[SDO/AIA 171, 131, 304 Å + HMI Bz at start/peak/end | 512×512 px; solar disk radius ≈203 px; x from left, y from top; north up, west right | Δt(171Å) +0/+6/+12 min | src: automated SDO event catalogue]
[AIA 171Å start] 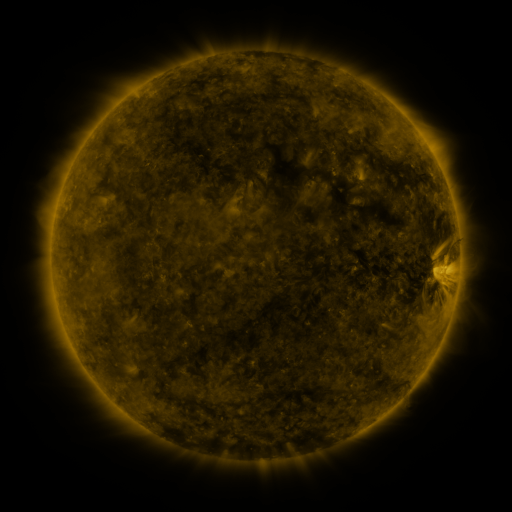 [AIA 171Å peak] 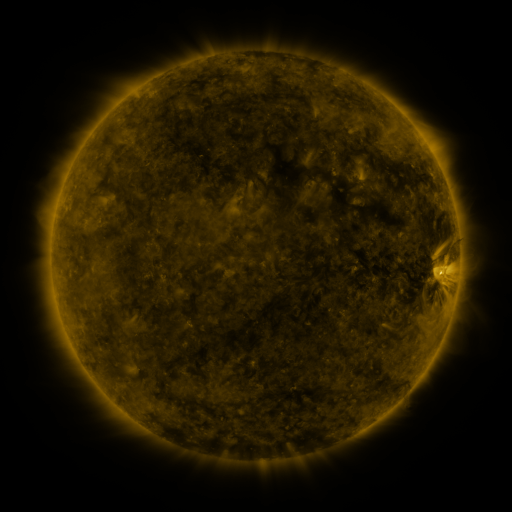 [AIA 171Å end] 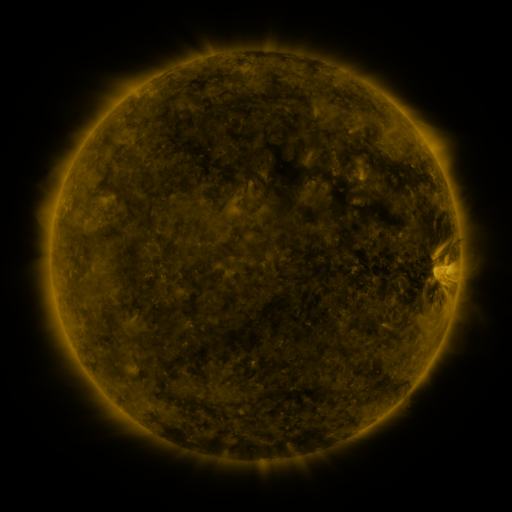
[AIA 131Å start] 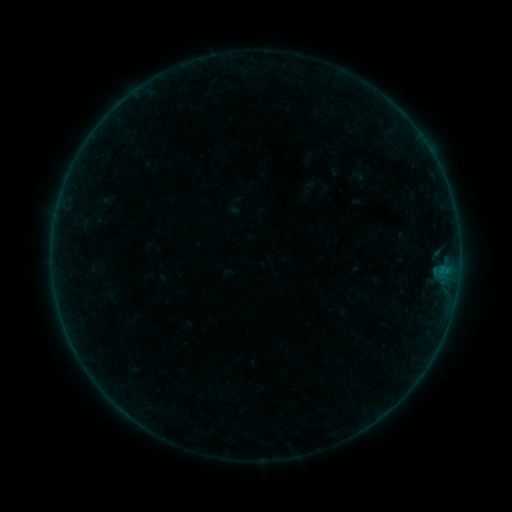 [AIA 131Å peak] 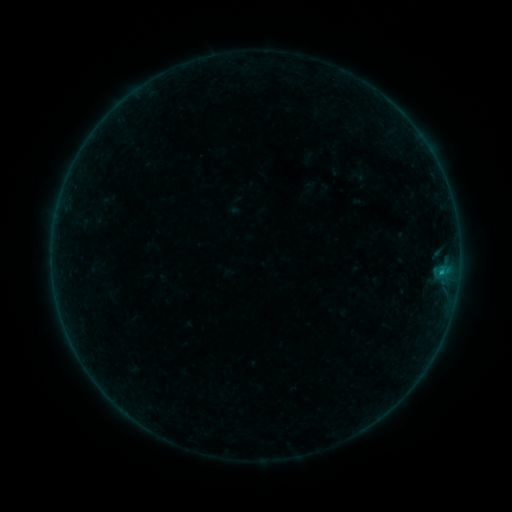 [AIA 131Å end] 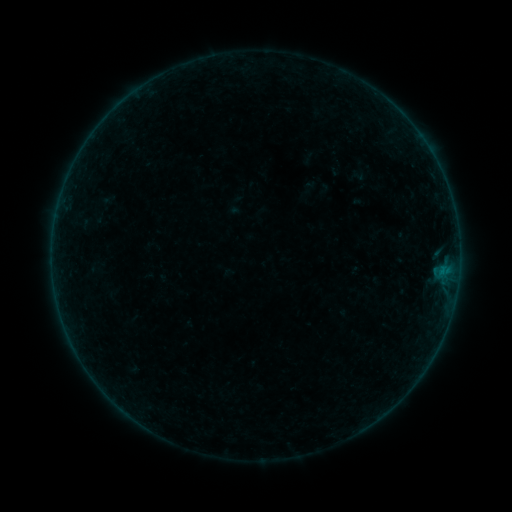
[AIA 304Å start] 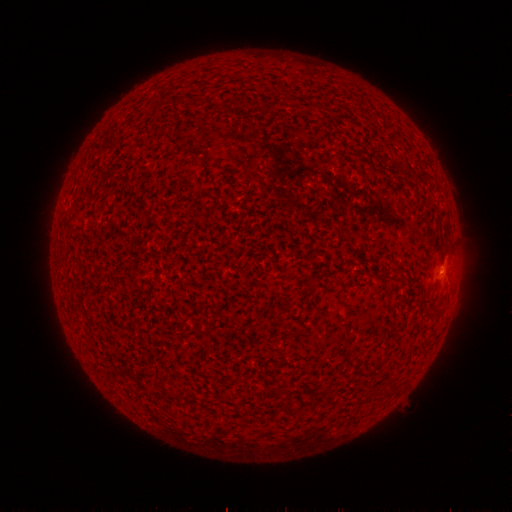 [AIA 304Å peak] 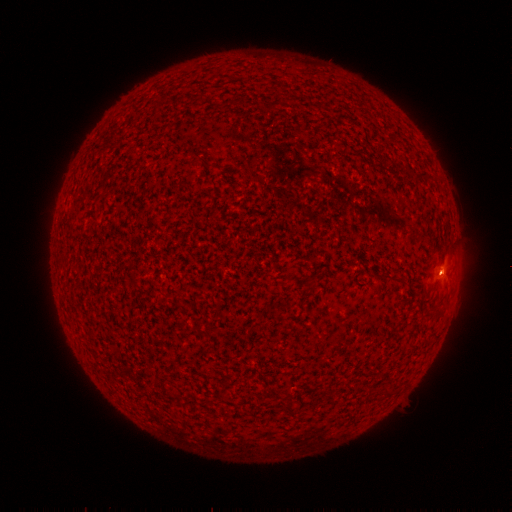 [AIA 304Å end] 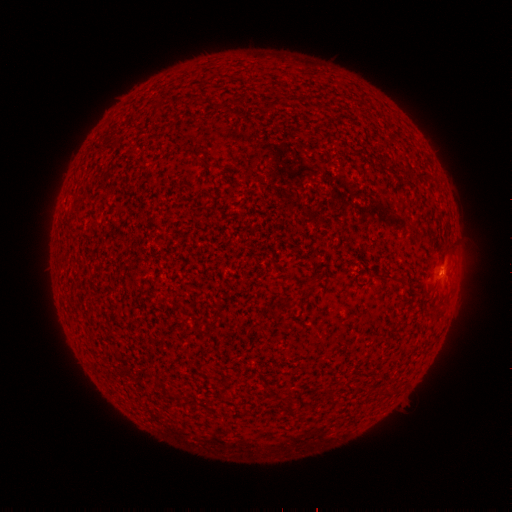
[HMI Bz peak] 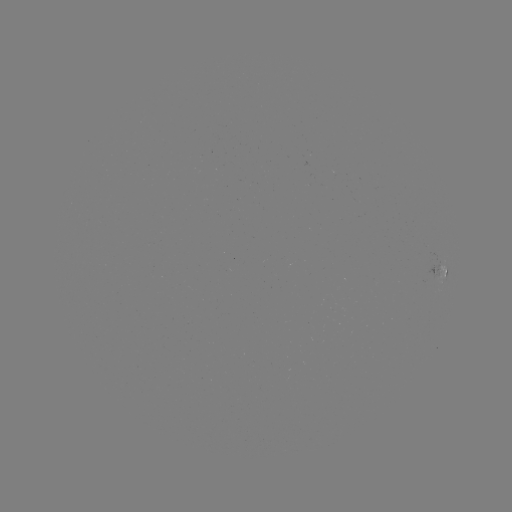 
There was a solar flare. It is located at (440, 270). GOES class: B1.4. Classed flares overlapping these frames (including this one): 1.